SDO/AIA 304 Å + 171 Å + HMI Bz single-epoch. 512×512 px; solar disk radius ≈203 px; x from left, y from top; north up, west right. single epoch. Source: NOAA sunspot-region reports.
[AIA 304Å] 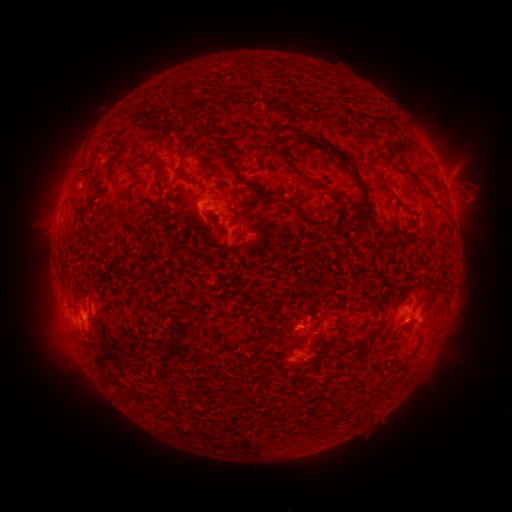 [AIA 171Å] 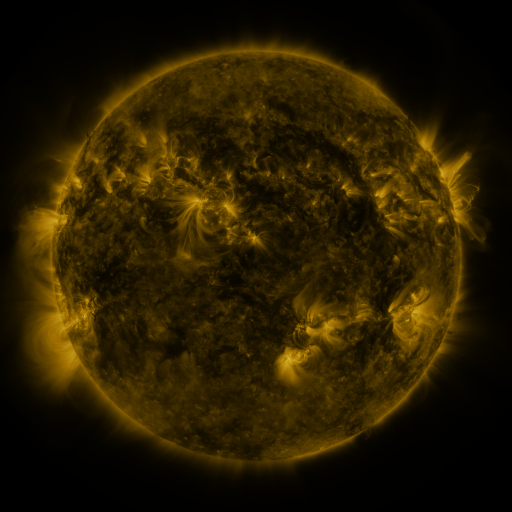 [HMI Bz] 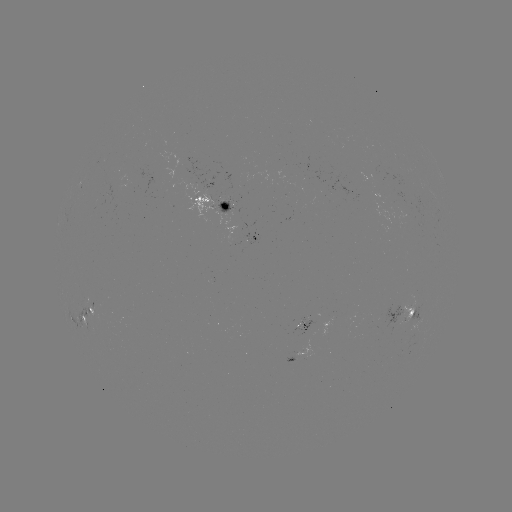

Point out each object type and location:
spotted active region: (214, 202)
spotted active region: (256, 237)
spotted active region: (400, 314)
spotted active region: (81, 315)
spotted active region: (411, 318)
spotted active region: (303, 357)
